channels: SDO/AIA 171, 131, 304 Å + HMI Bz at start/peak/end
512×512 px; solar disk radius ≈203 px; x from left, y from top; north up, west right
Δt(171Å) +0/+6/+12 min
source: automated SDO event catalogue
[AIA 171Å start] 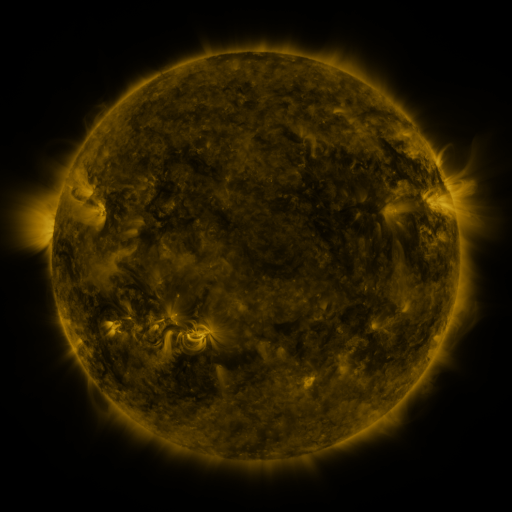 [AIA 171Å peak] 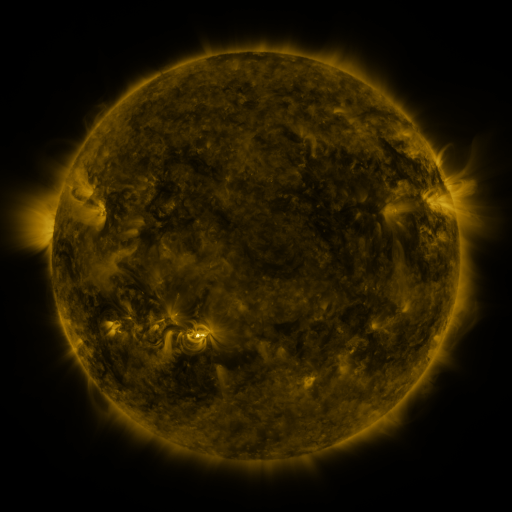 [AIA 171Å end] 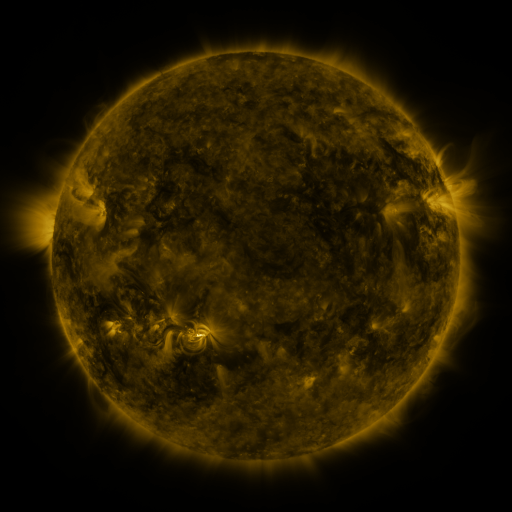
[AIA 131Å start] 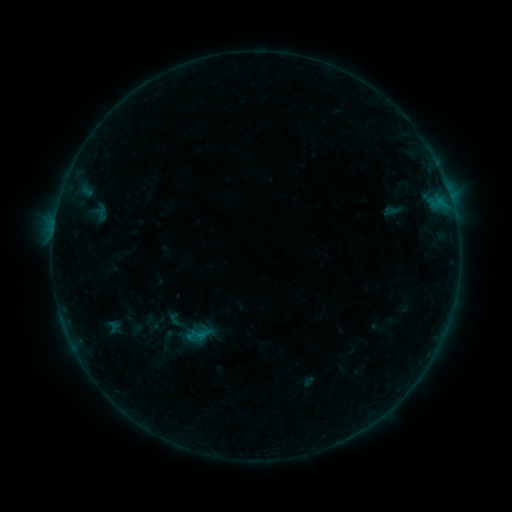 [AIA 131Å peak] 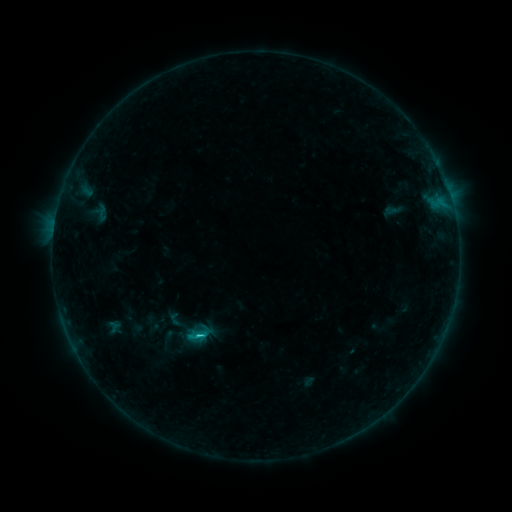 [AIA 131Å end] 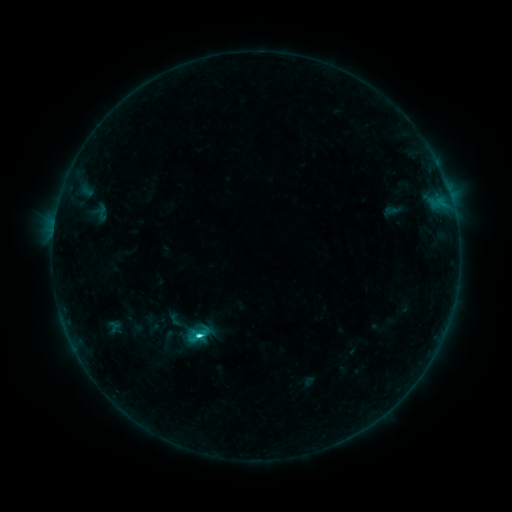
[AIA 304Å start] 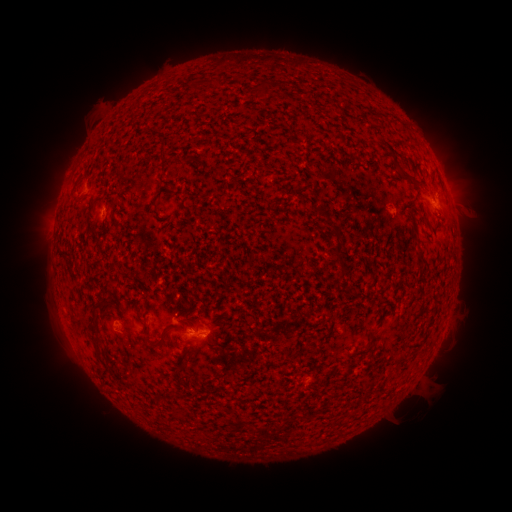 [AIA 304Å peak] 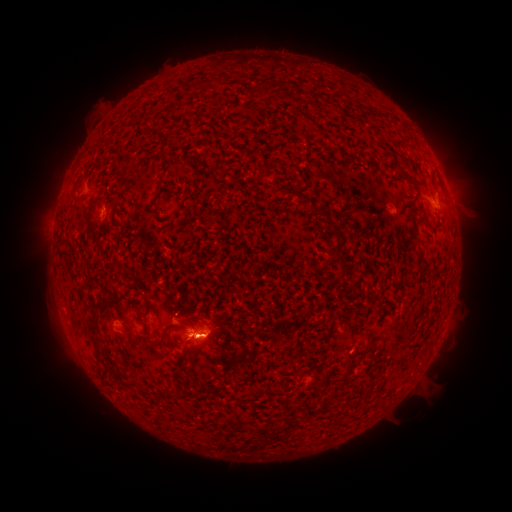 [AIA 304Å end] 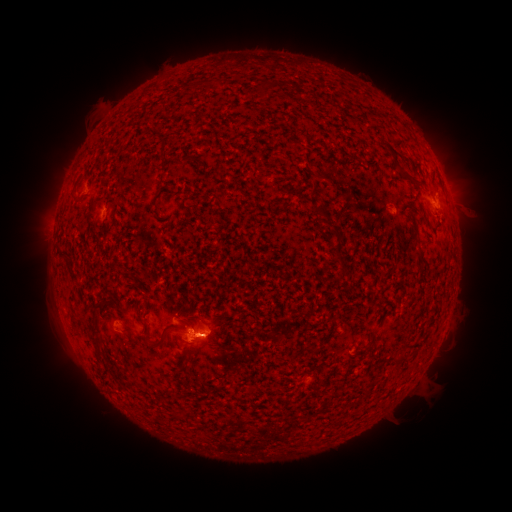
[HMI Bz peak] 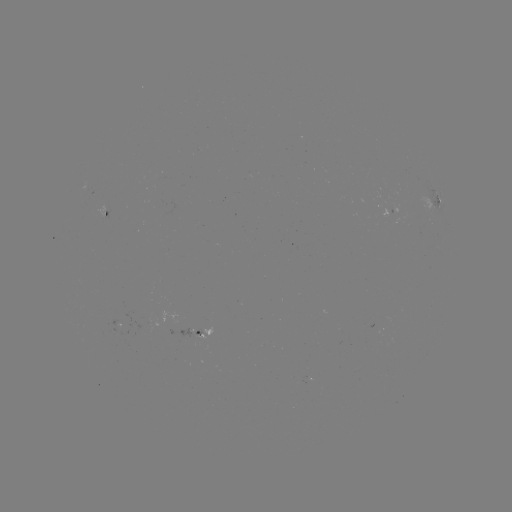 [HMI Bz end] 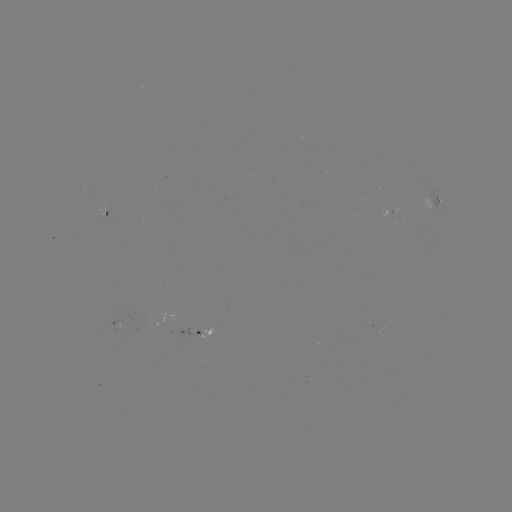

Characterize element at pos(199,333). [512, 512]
C2.3 flare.